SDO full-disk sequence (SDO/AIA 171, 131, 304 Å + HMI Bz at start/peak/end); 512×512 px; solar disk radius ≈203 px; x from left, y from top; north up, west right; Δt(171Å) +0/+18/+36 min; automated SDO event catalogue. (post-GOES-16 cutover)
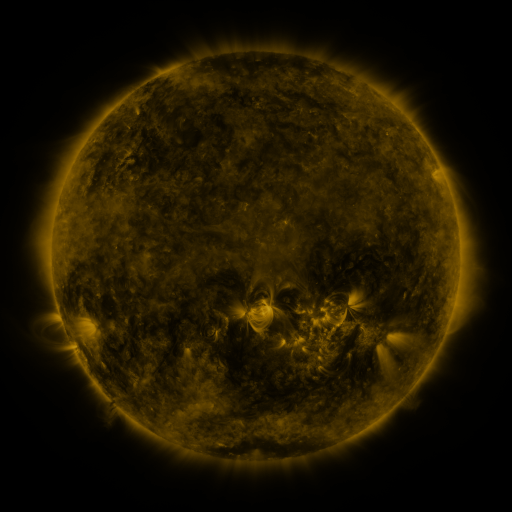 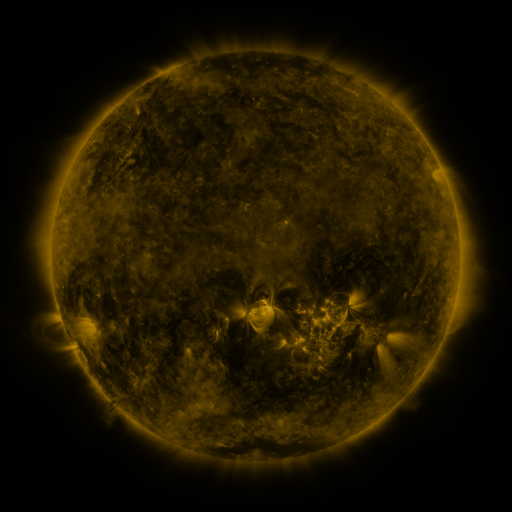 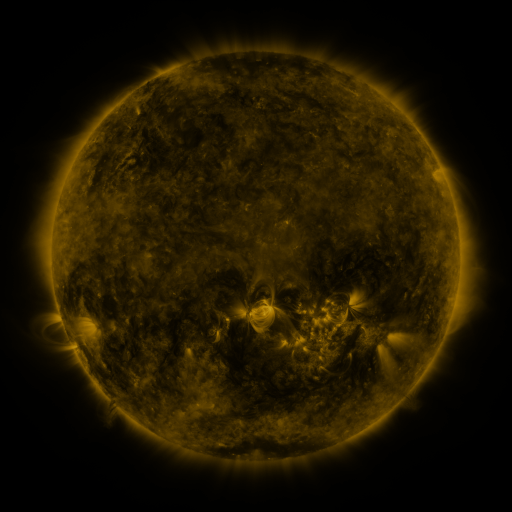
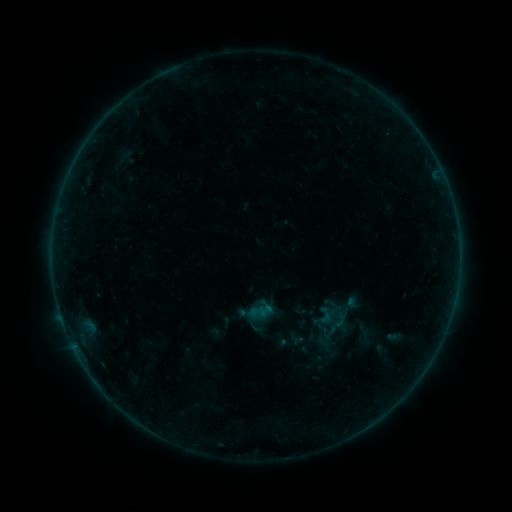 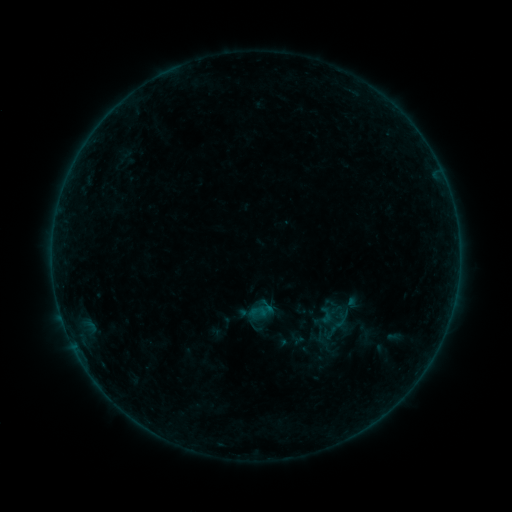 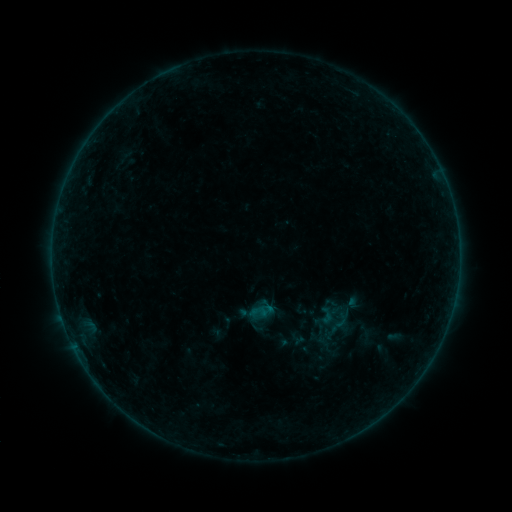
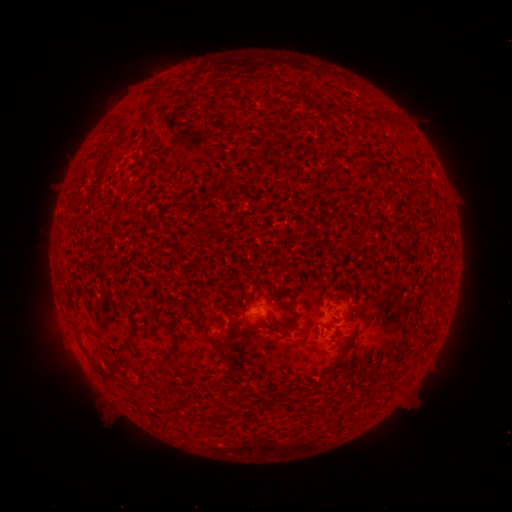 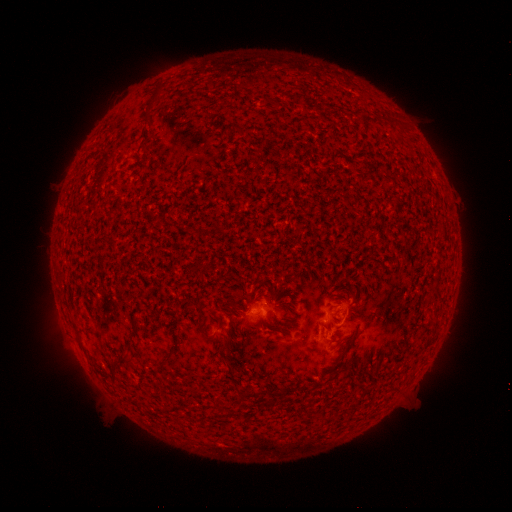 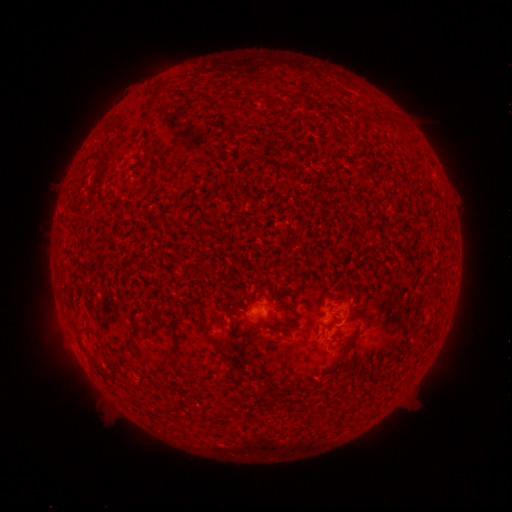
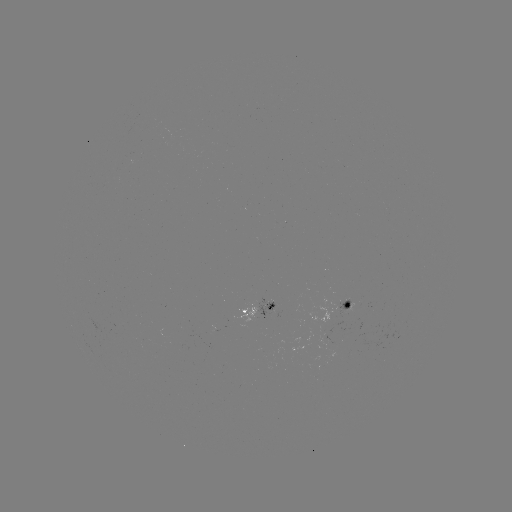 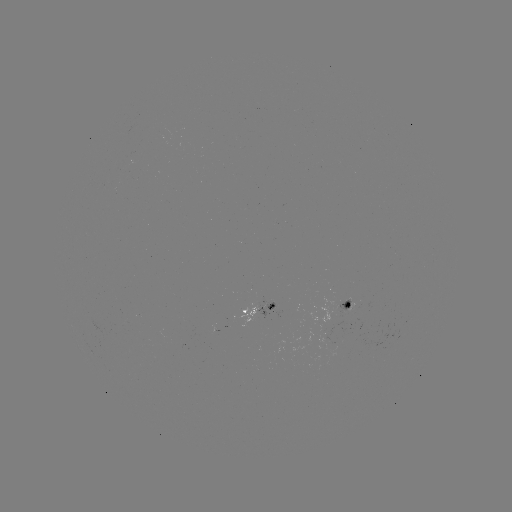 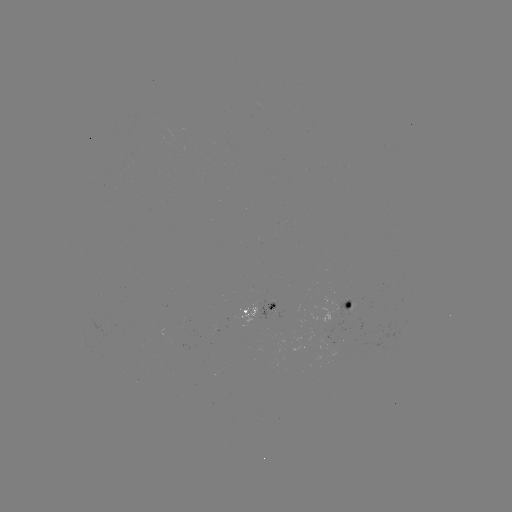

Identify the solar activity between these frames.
B1.3 flare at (338, 327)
